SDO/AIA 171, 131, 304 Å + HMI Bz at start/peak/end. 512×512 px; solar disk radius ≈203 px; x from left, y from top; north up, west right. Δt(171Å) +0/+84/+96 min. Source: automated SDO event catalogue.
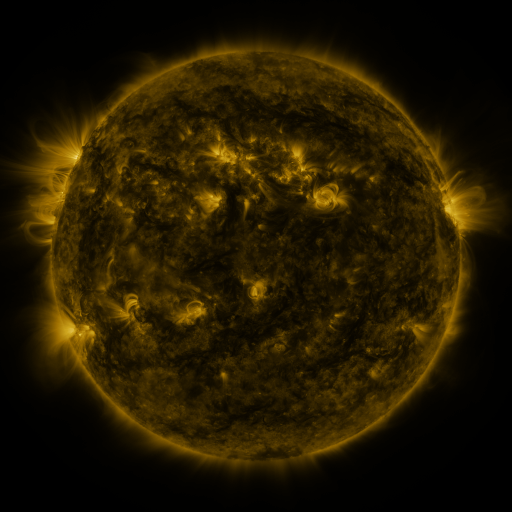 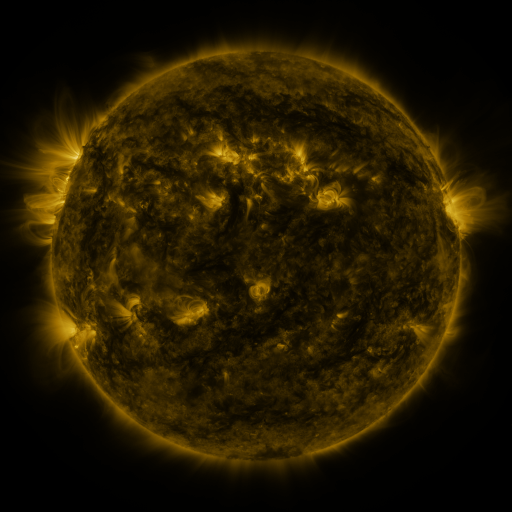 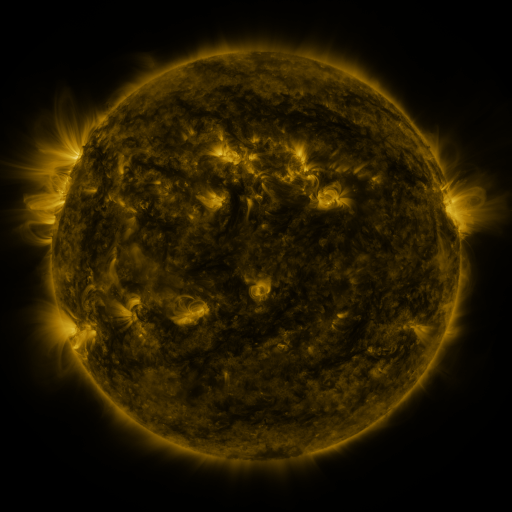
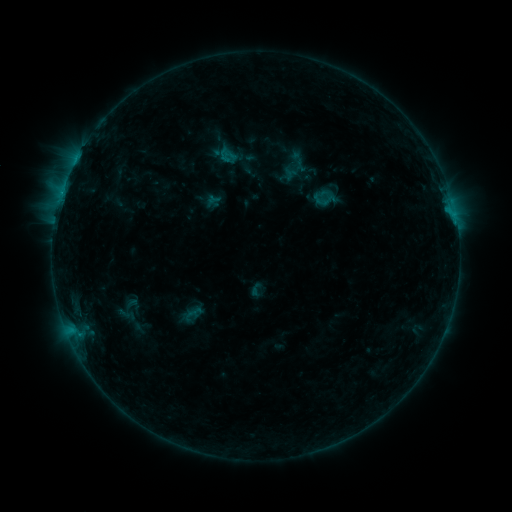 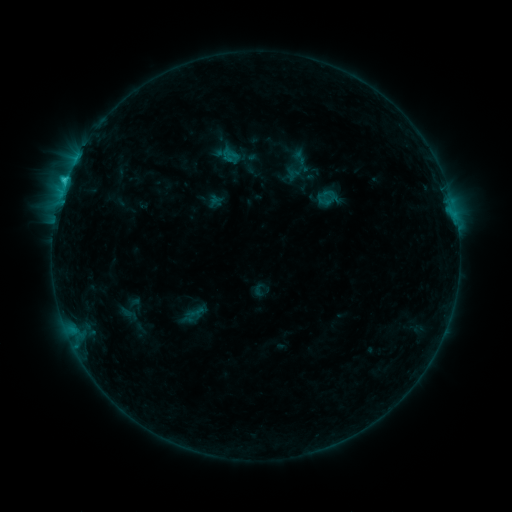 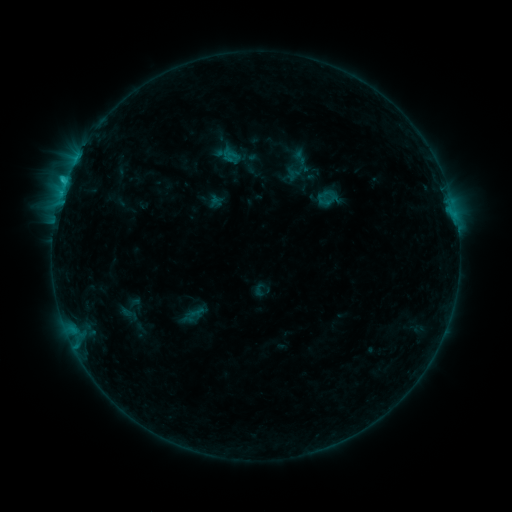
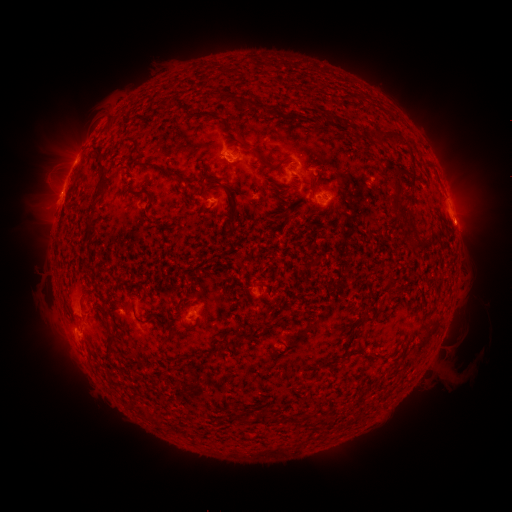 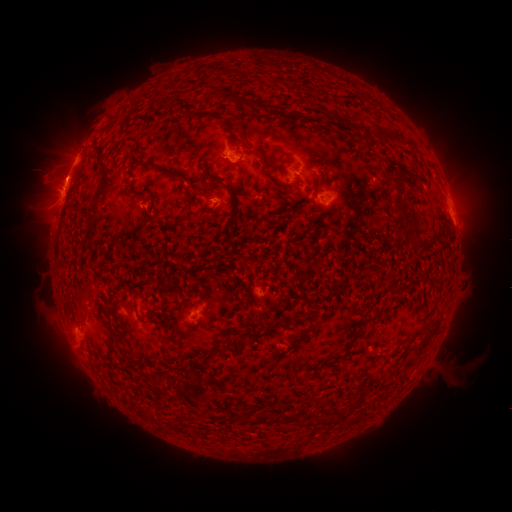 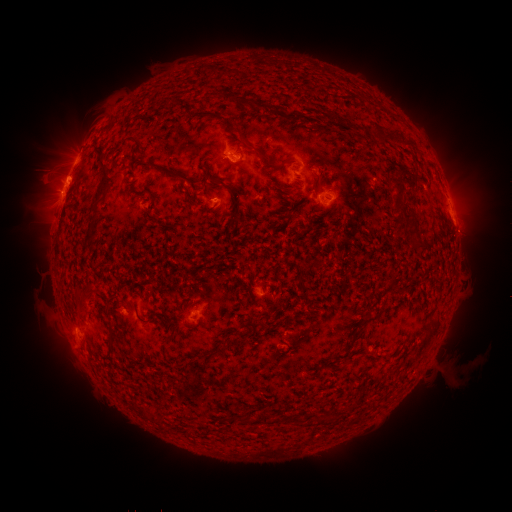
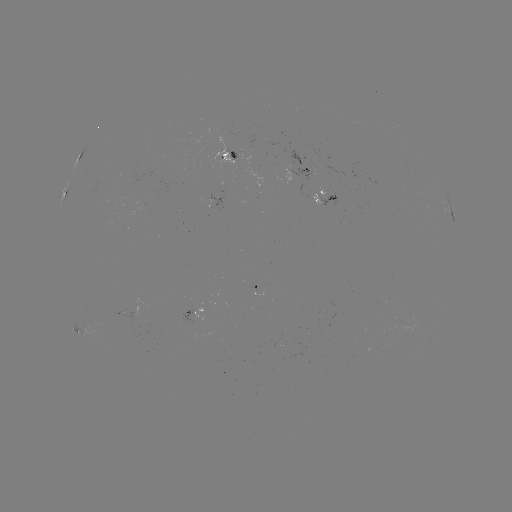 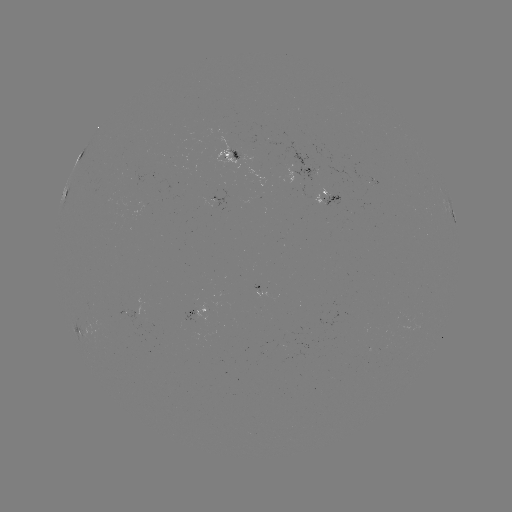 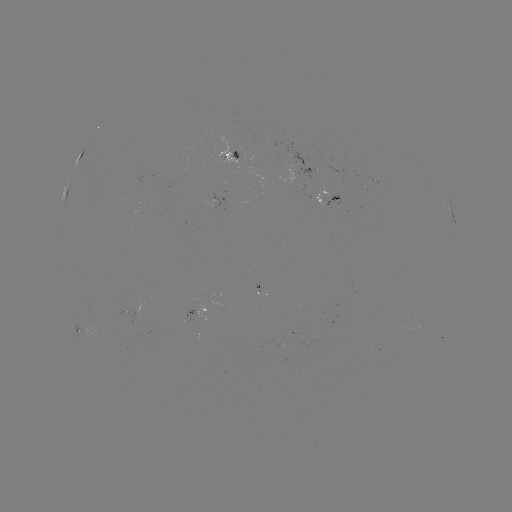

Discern emerging-flux region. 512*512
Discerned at [373, 181].